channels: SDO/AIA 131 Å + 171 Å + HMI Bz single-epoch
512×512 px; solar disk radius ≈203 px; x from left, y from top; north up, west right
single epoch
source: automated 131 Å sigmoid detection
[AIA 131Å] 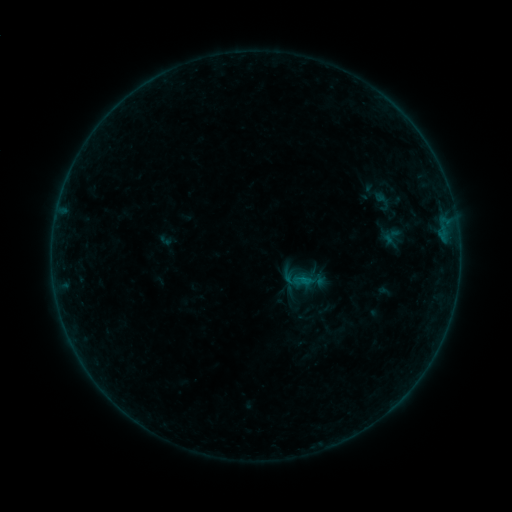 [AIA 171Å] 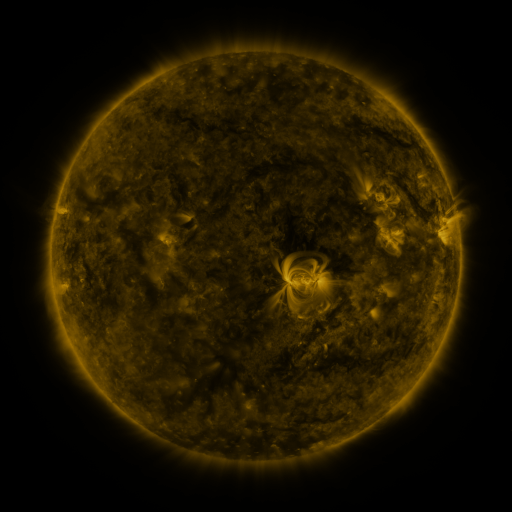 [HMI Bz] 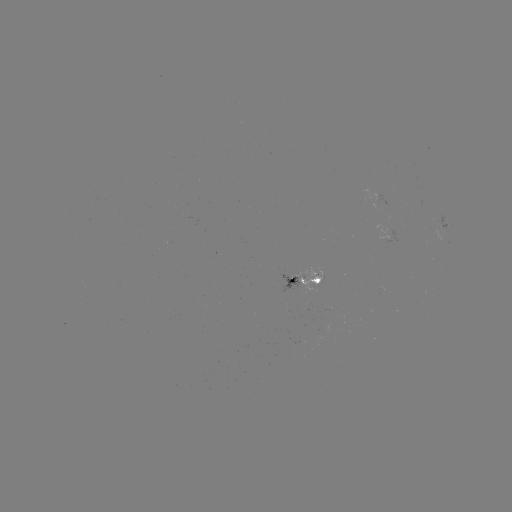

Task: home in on sigmoid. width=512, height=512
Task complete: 298,280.